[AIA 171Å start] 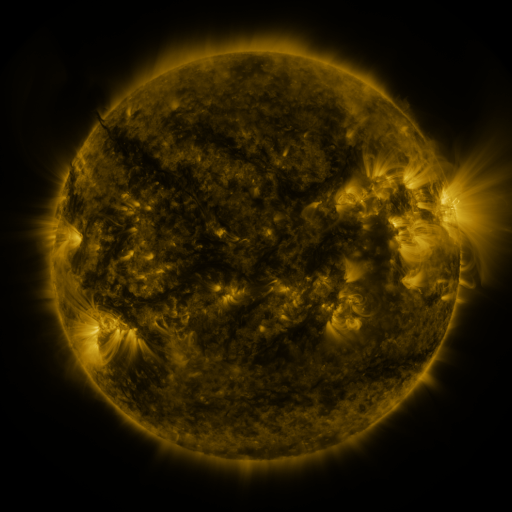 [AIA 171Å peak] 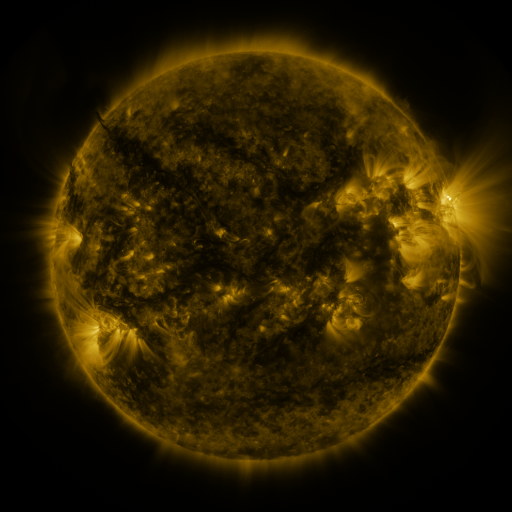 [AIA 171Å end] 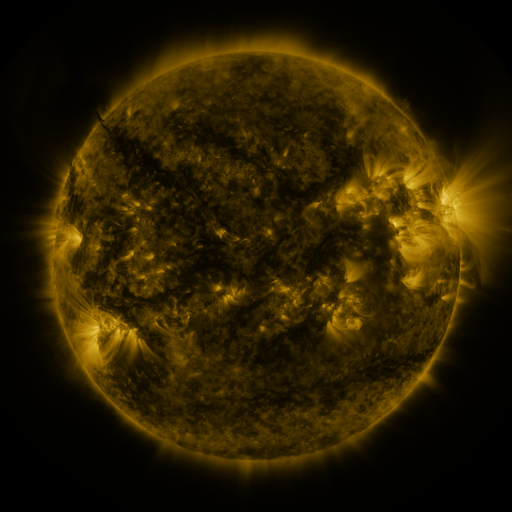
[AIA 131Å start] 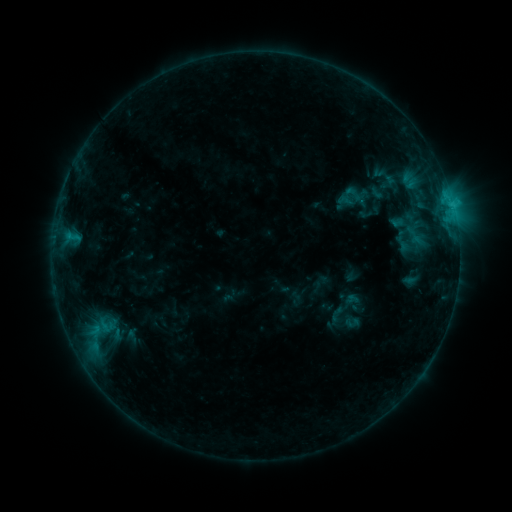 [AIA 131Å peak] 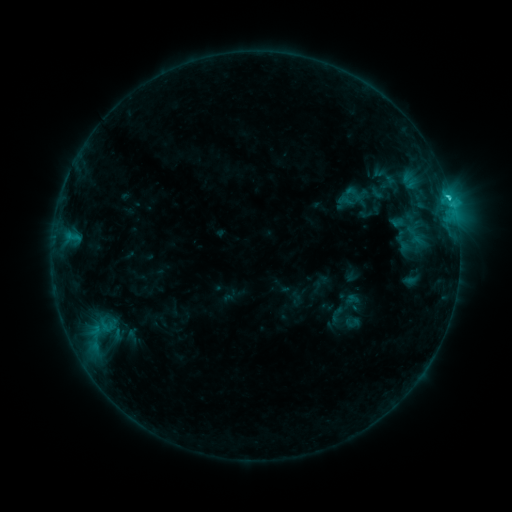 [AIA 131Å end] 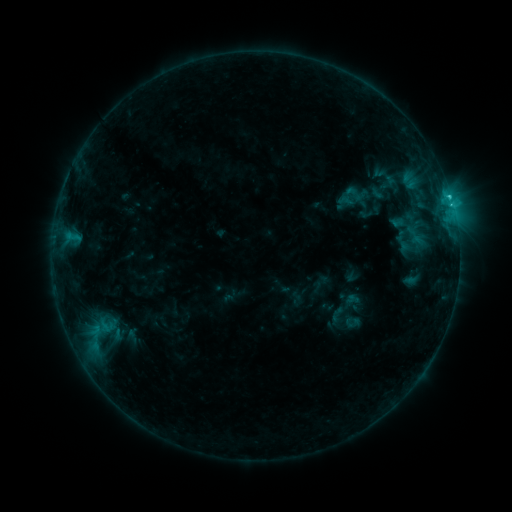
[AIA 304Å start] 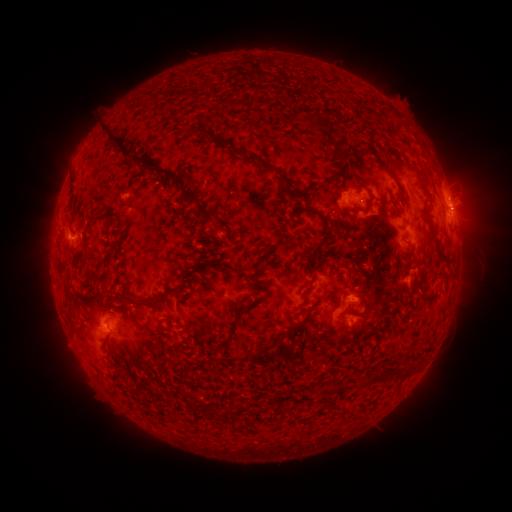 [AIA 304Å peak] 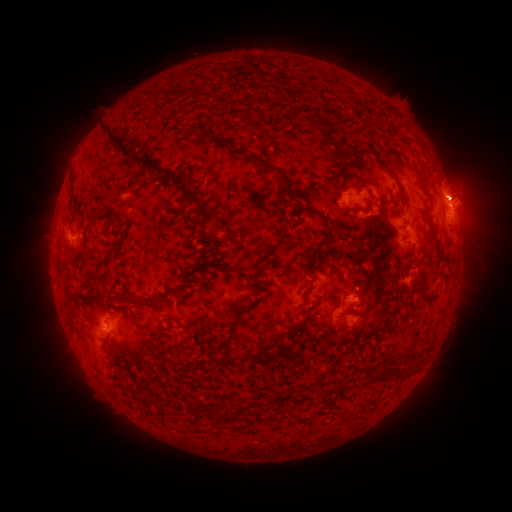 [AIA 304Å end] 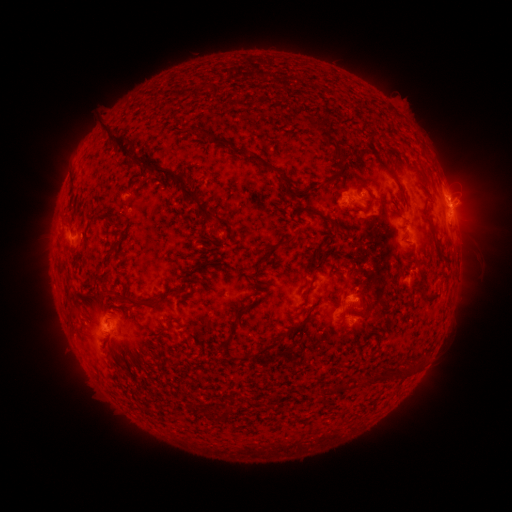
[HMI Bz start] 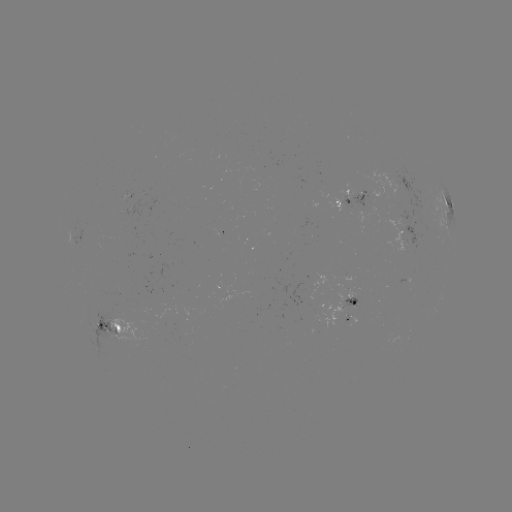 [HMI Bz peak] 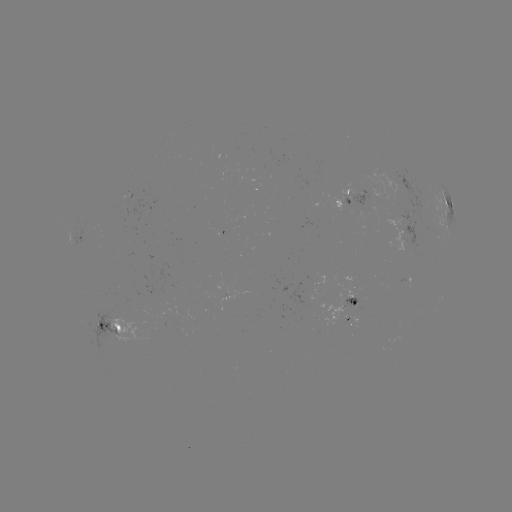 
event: flare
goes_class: C1.3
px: (449, 200)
